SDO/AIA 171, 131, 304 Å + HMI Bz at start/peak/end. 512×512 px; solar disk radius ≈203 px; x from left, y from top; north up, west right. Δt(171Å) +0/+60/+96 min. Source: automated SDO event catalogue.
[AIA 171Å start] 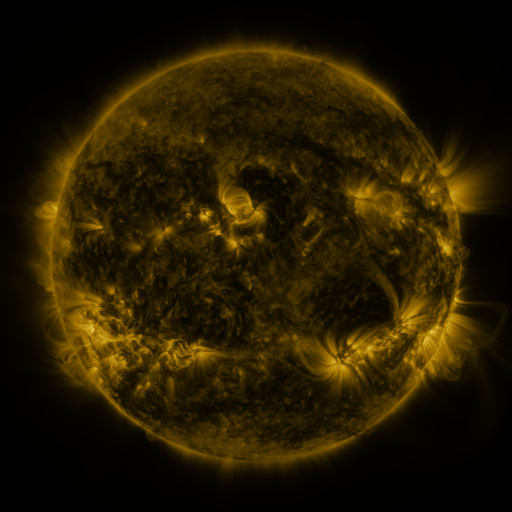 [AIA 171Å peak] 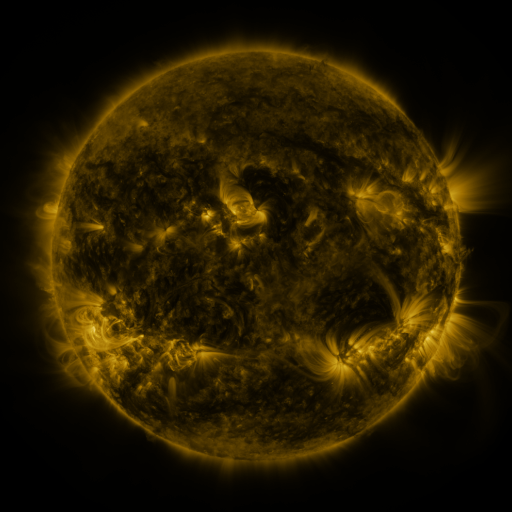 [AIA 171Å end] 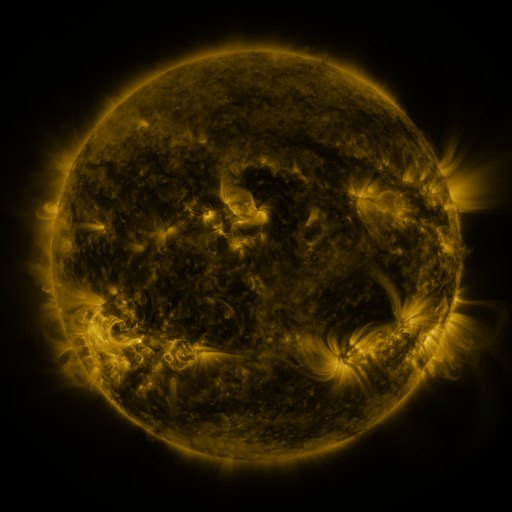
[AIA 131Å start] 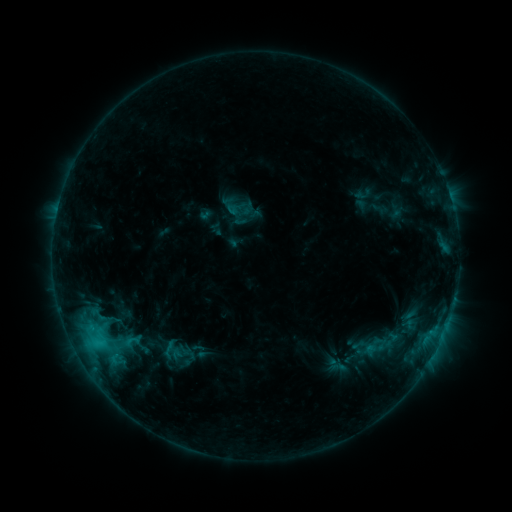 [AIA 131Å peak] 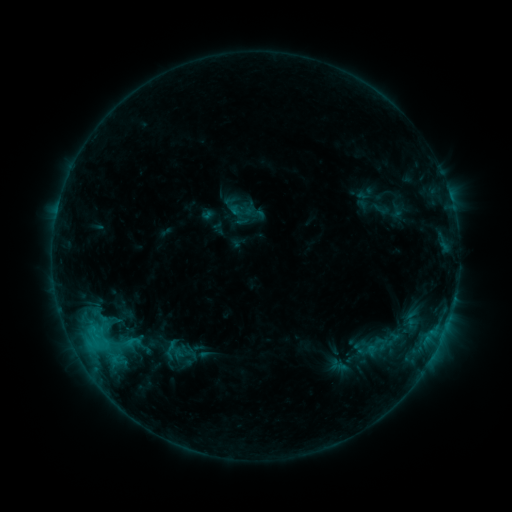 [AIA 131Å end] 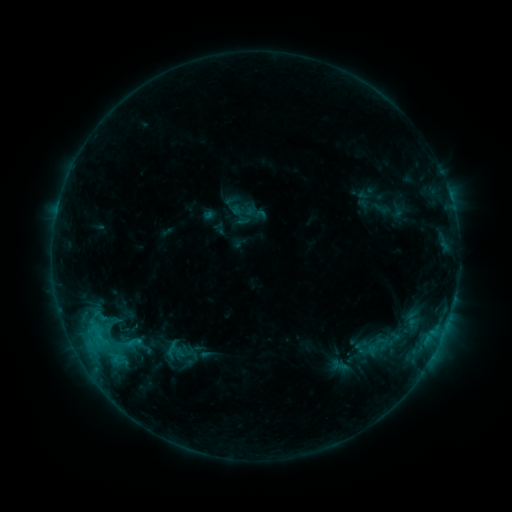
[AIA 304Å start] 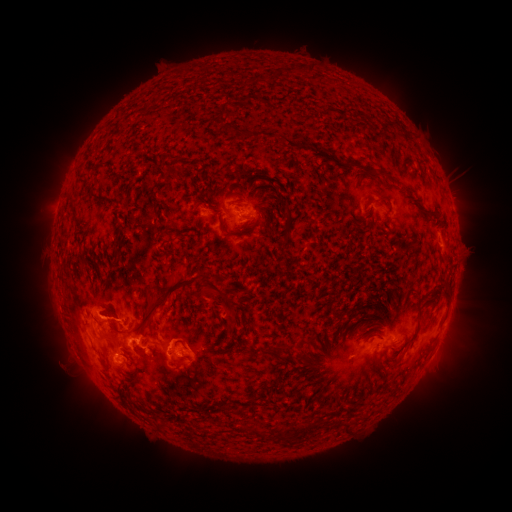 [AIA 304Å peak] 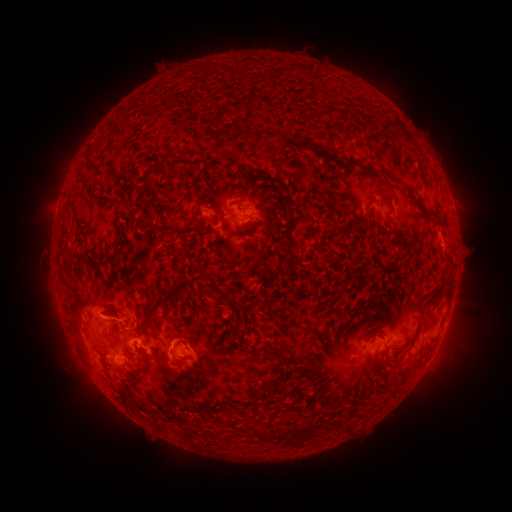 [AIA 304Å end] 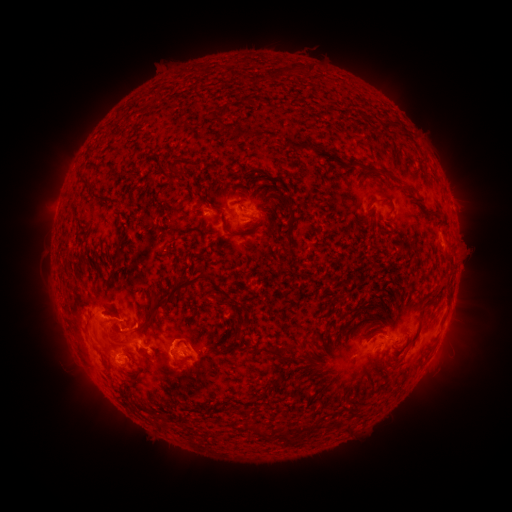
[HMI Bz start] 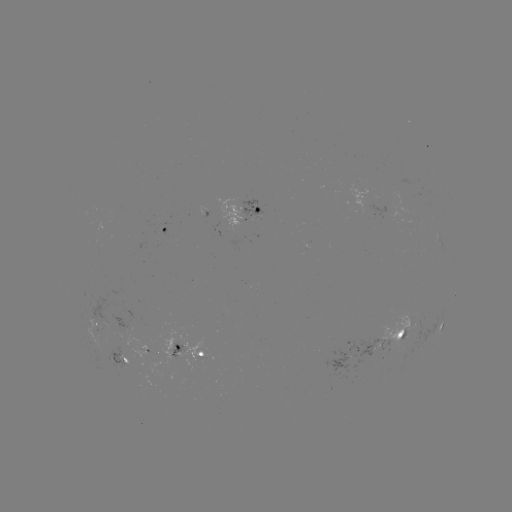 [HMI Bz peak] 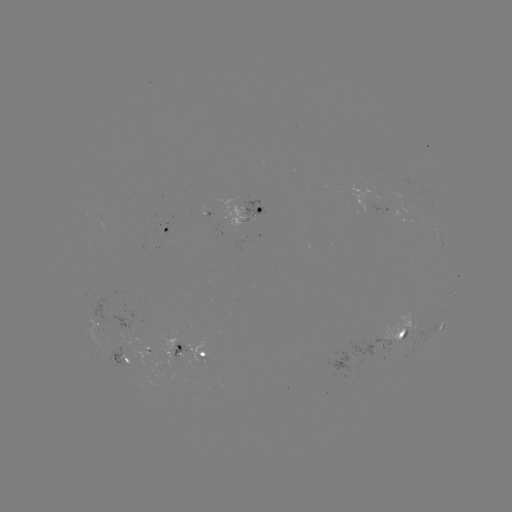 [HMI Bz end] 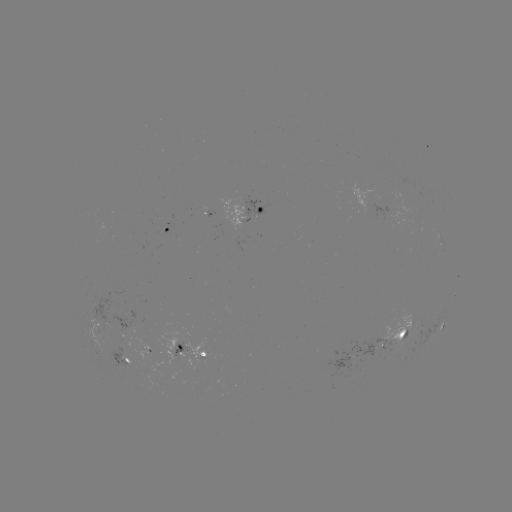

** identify emerging-flux region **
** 120,345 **